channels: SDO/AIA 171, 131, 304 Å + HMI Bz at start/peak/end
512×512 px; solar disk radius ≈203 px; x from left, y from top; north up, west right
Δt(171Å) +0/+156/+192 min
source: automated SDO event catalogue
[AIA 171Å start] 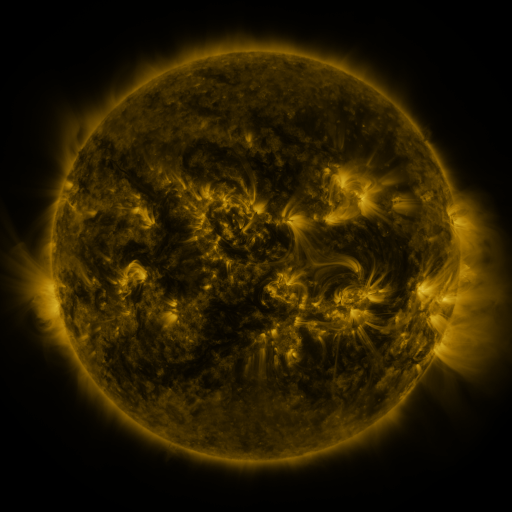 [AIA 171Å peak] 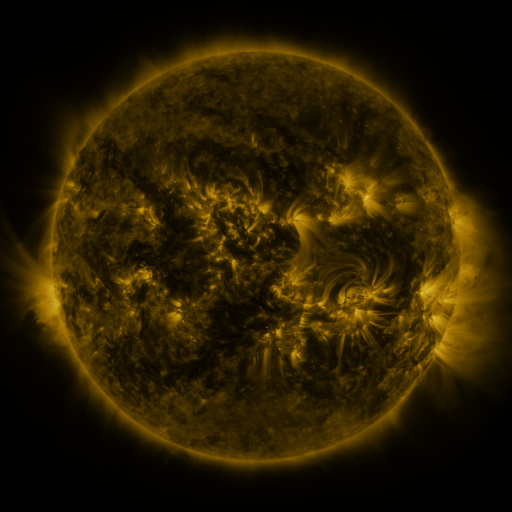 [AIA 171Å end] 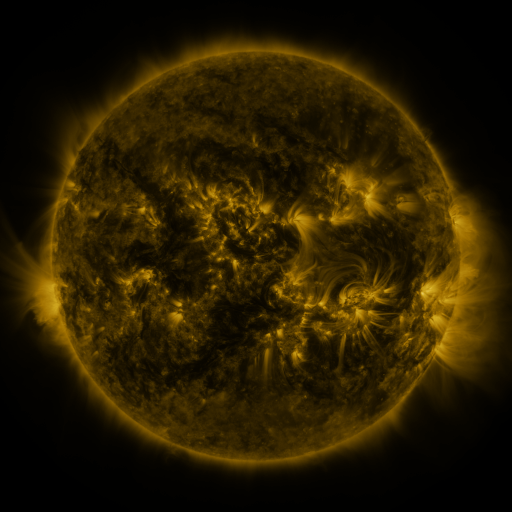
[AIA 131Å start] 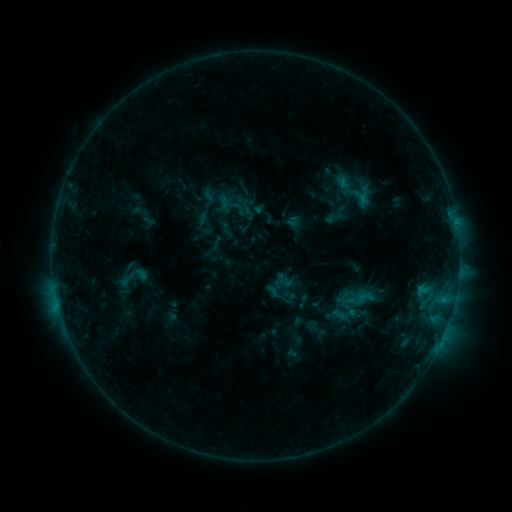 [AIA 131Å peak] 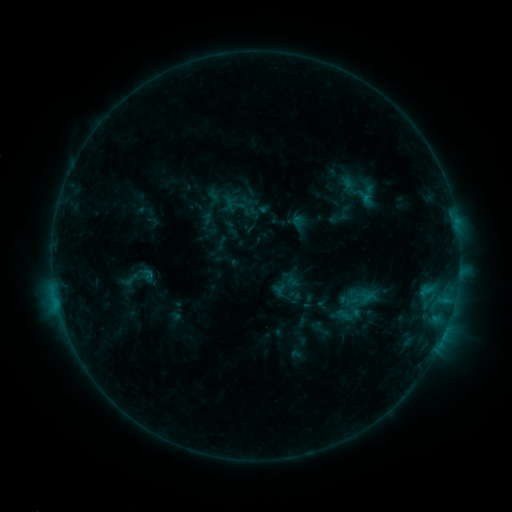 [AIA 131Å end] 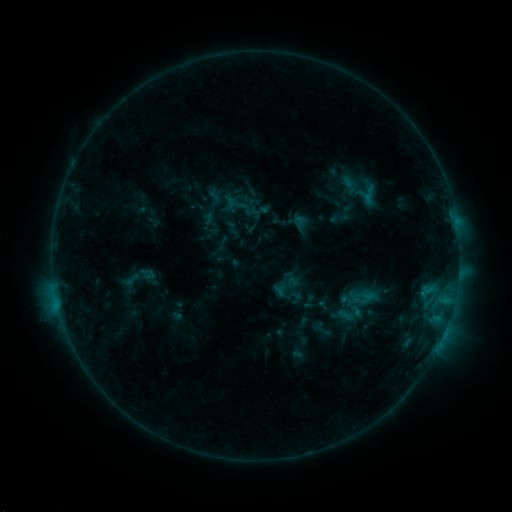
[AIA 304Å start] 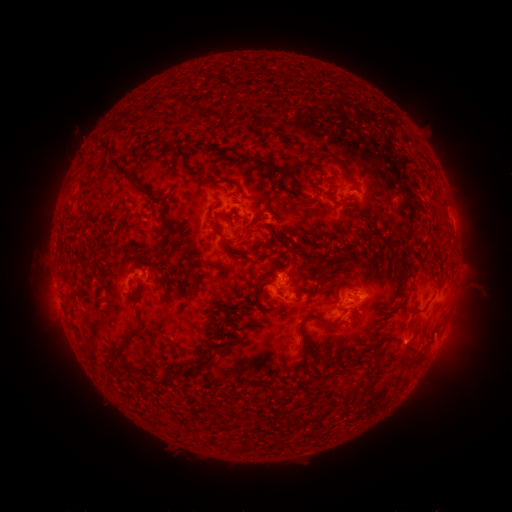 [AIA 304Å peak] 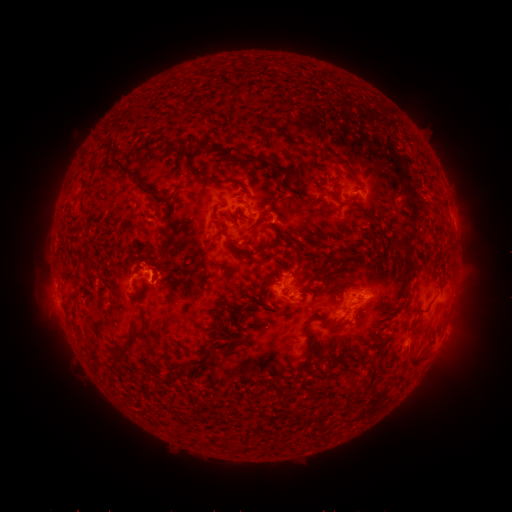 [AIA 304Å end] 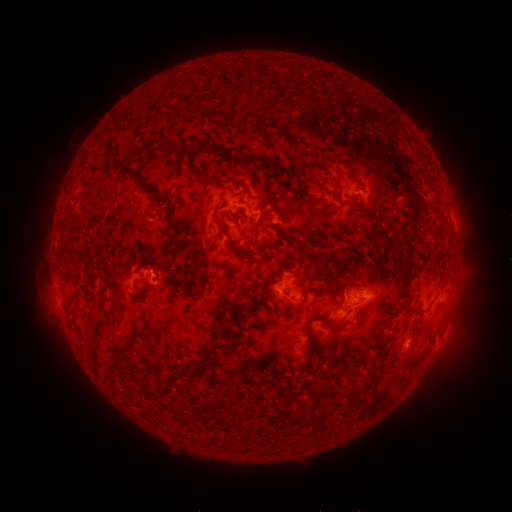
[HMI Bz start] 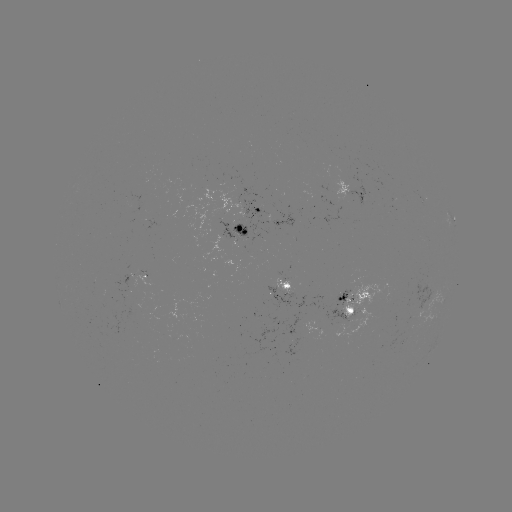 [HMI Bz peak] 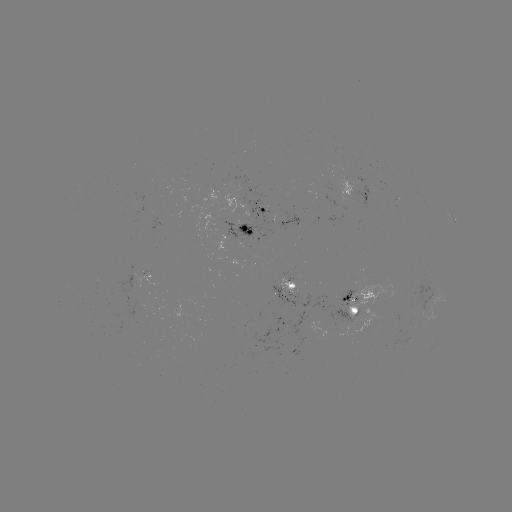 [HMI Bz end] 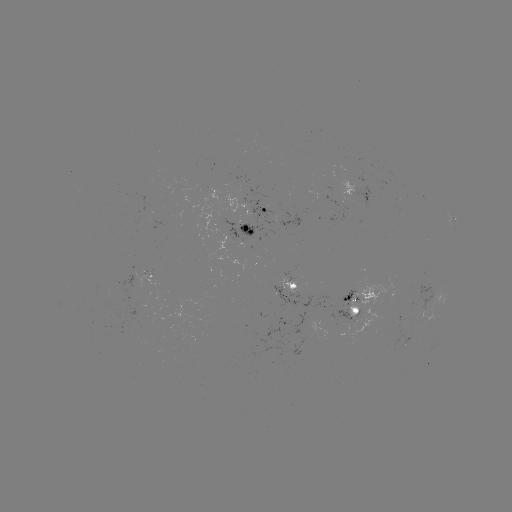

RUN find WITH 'emerging-flux region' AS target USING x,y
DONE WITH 102,290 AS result